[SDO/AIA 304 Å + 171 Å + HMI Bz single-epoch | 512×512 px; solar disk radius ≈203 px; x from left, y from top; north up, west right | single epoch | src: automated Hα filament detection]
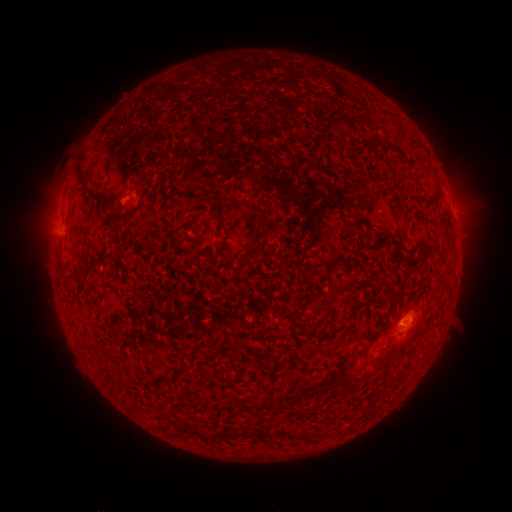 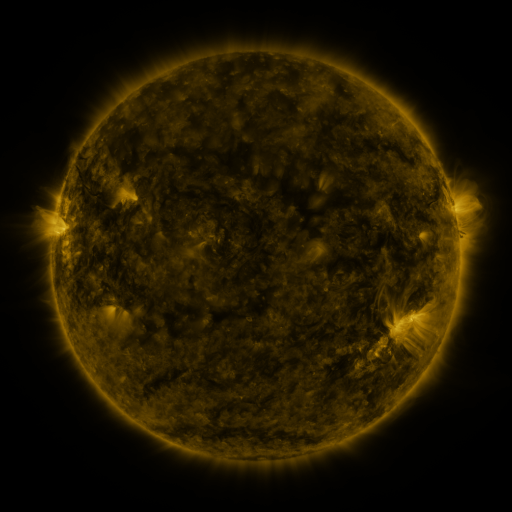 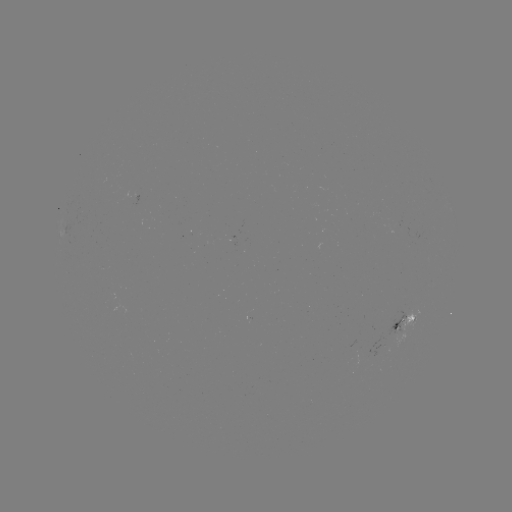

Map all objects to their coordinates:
filament: (372, 139, 381, 148)
filament: (349, 140, 367, 152)
filament: (75, 168, 103, 202)
filament: (425, 188, 441, 206)
filament: (389, 201, 397, 215)
filament: (398, 225, 407, 236)
filament: (364, 229, 371, 241)
filament: (376, 344, 397, 368)
filament: (299, 382, 318, 394)
filament: (223, 429, 272, 440)
